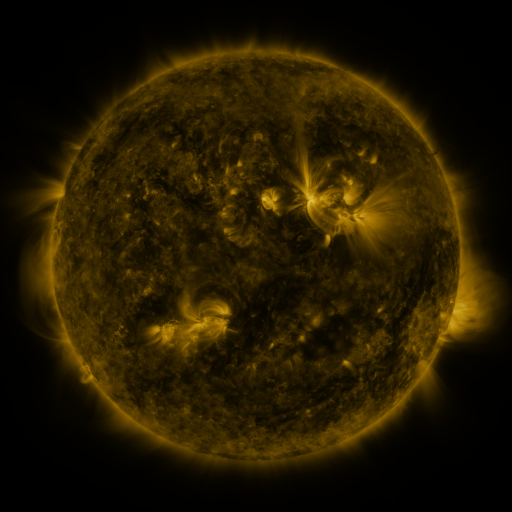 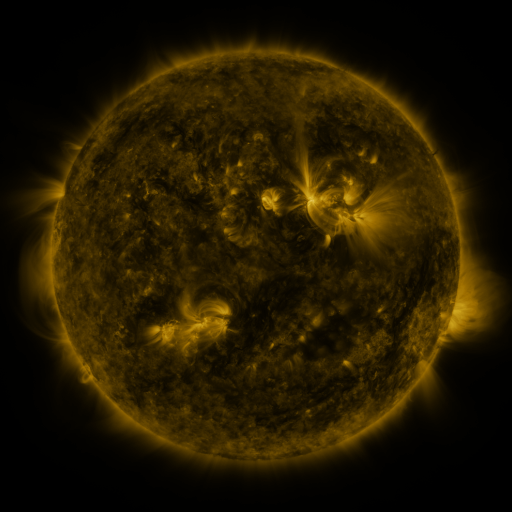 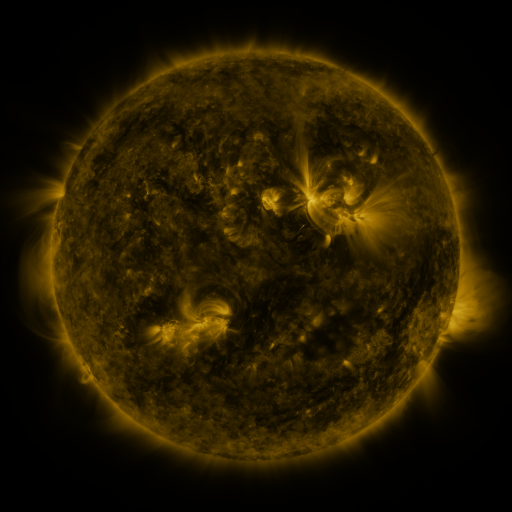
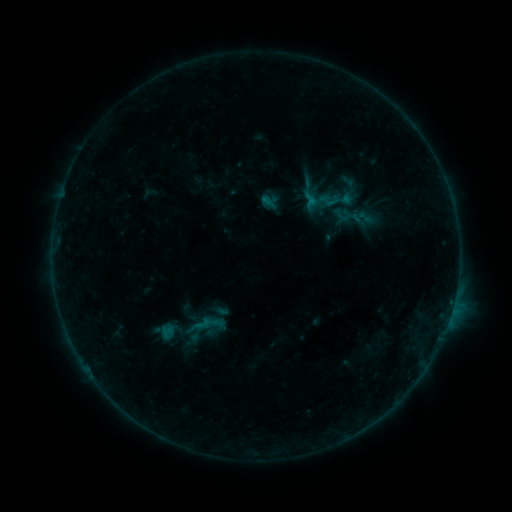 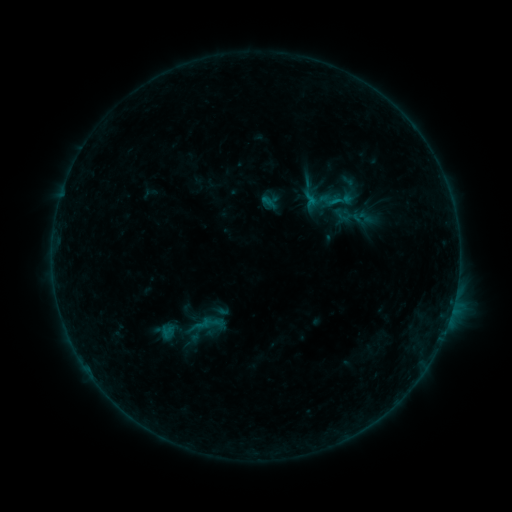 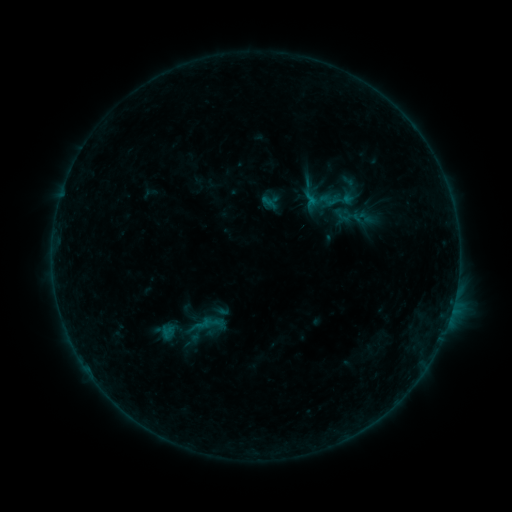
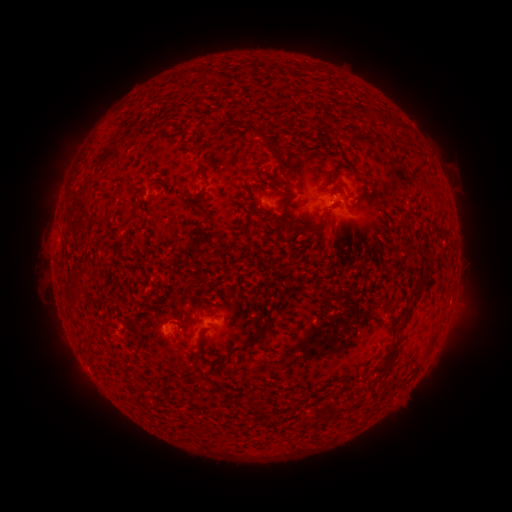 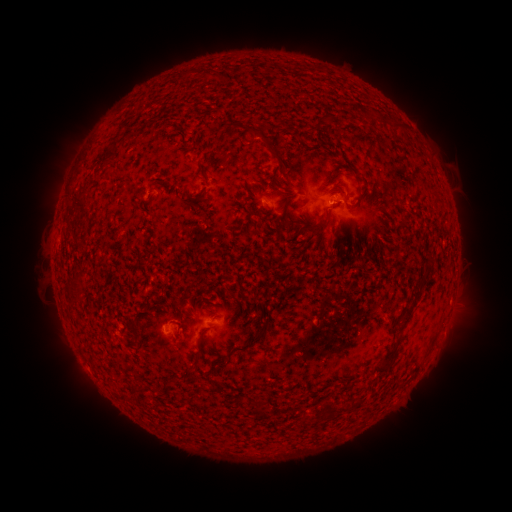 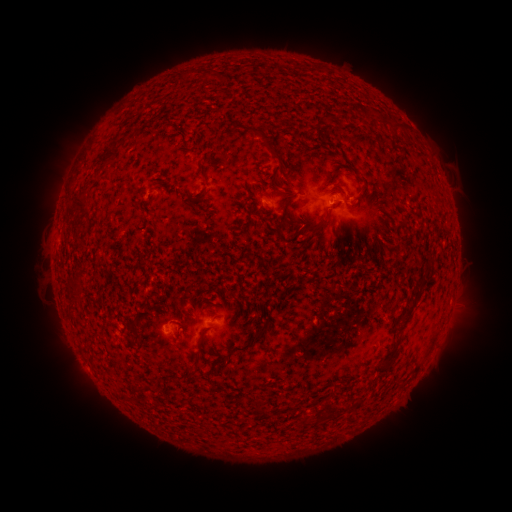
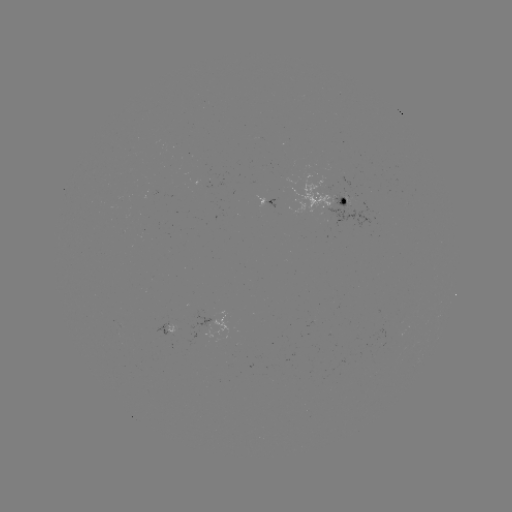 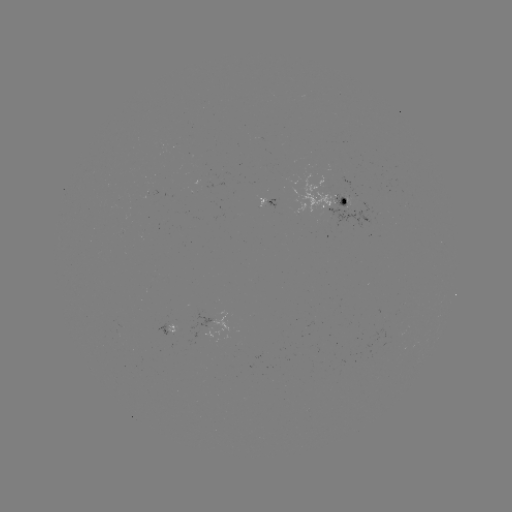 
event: flare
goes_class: B2.8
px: (329, 205)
